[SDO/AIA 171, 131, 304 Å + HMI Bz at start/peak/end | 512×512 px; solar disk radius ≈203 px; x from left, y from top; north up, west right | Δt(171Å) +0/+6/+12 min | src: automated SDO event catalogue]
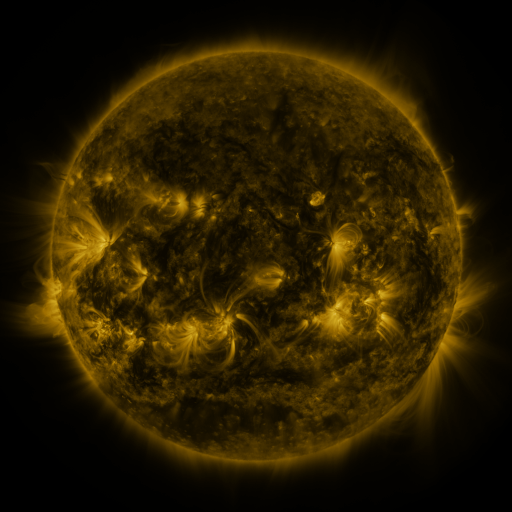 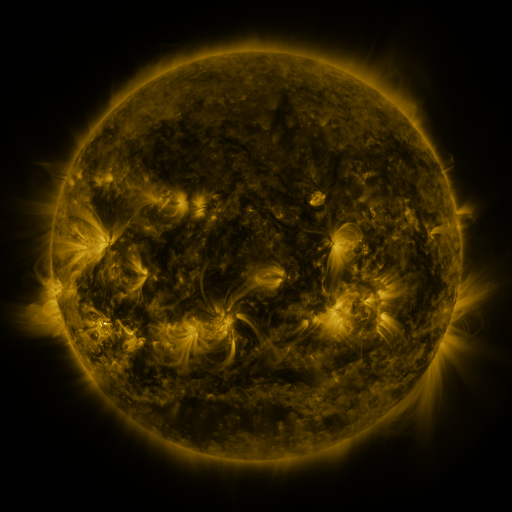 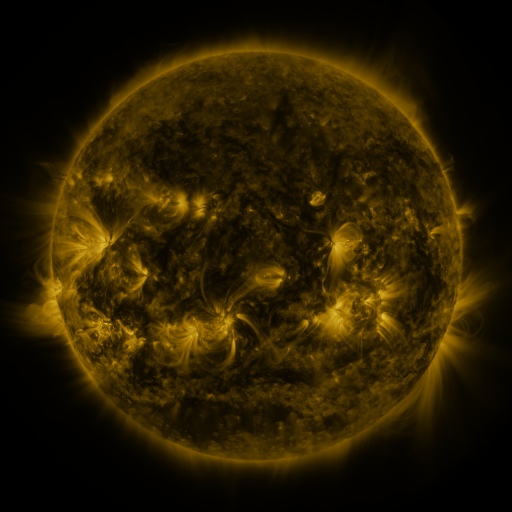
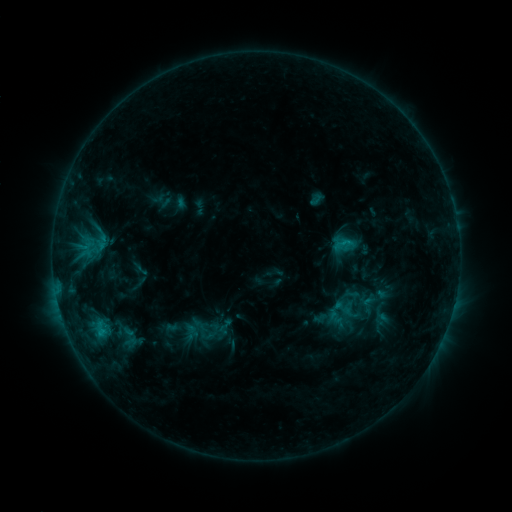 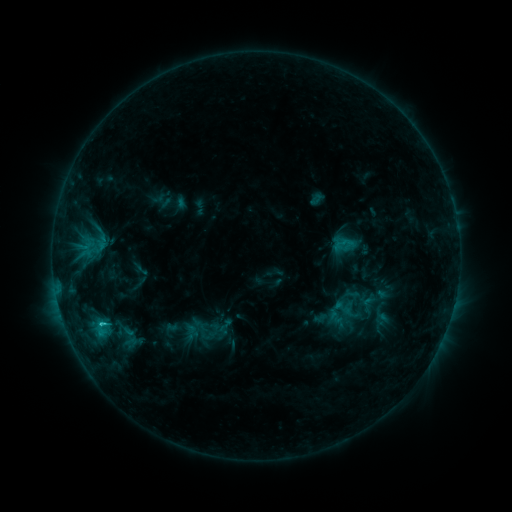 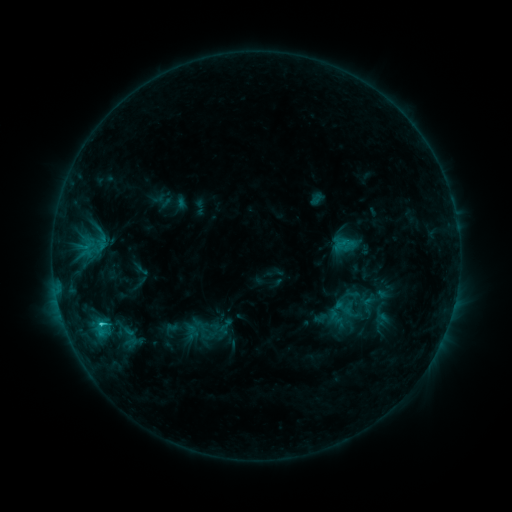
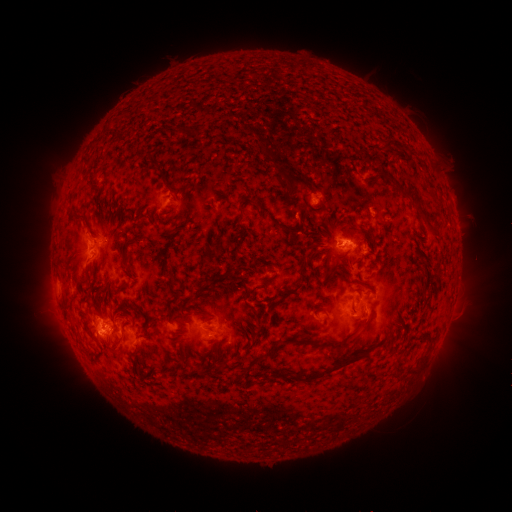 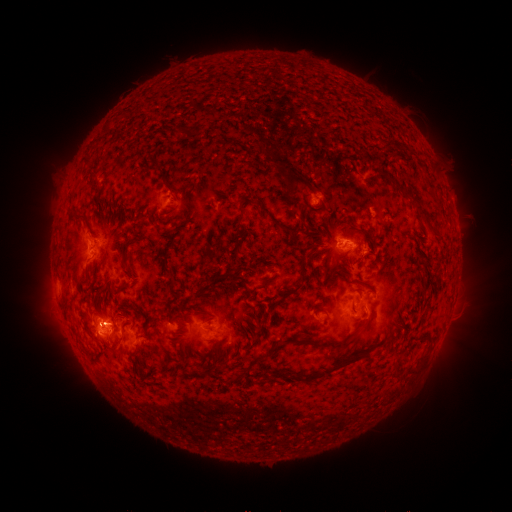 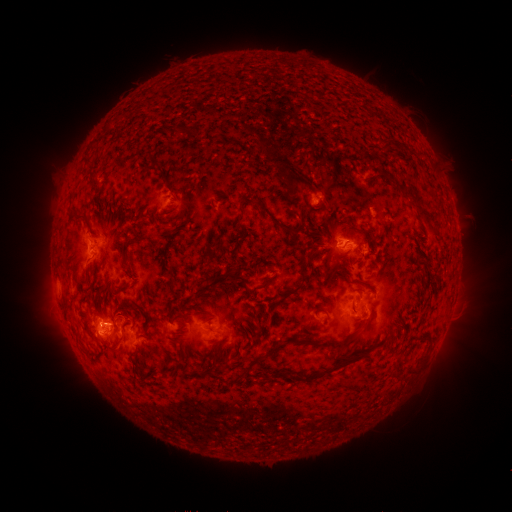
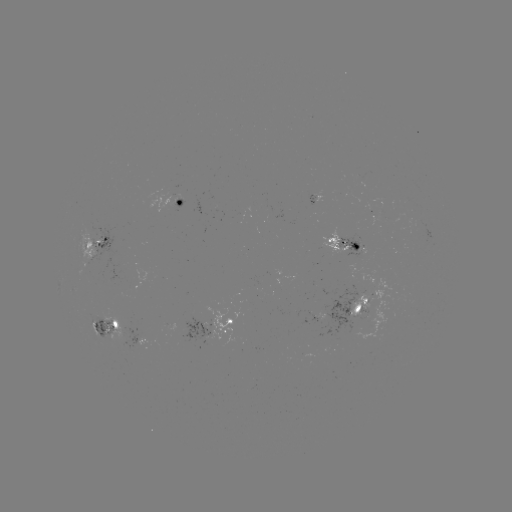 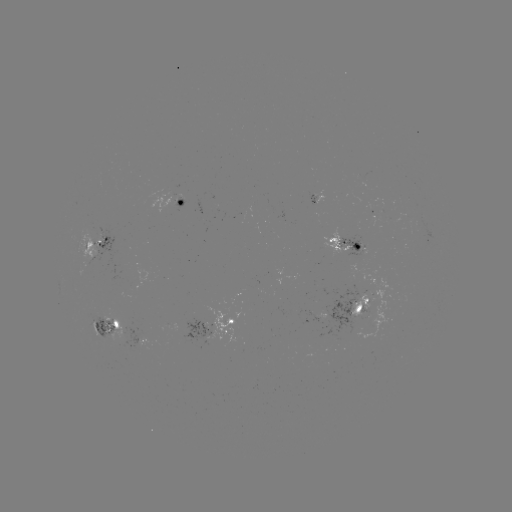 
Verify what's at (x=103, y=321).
C2.0 flare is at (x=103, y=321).